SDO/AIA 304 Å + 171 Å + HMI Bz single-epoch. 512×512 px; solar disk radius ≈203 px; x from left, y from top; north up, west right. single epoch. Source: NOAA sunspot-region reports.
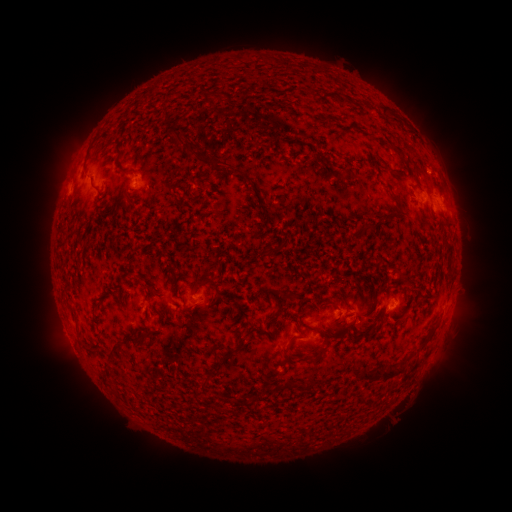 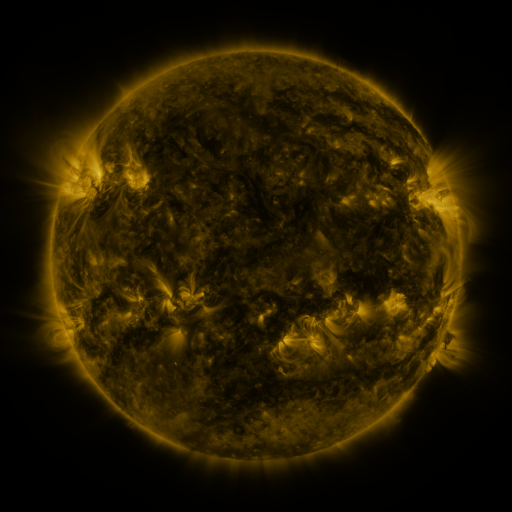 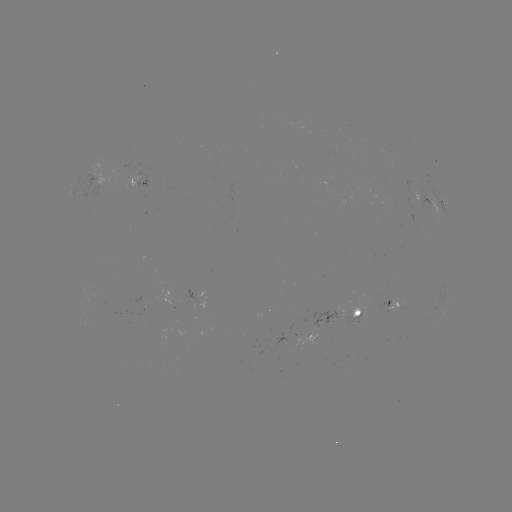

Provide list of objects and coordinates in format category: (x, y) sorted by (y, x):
spotted active region: (100, 183)
spotted active region: (134, 185)
spotted active region: (427, 199)
spotted active region: (437, 204)
spotted active region: (205, 293)
spotted active region: (397, 303)
spotted active region: (338, 316)
